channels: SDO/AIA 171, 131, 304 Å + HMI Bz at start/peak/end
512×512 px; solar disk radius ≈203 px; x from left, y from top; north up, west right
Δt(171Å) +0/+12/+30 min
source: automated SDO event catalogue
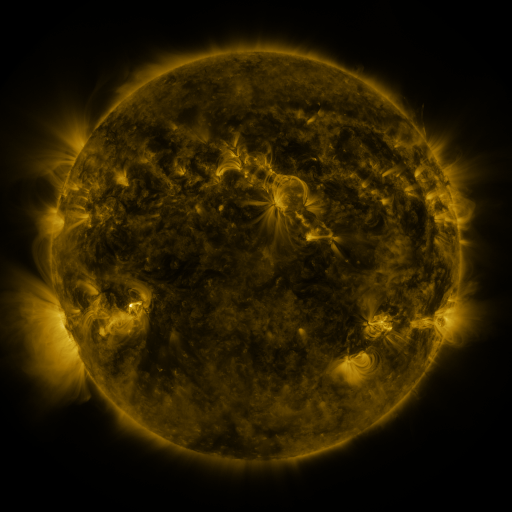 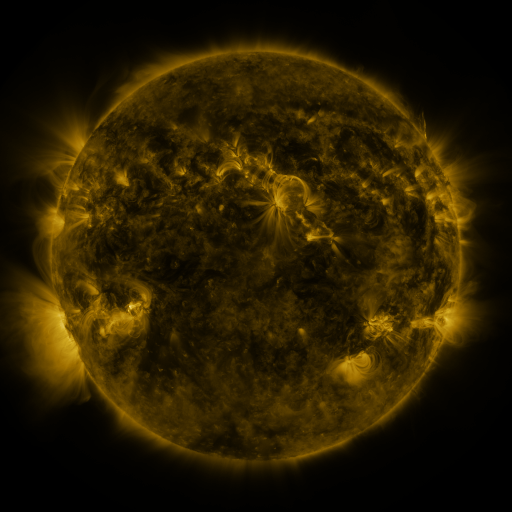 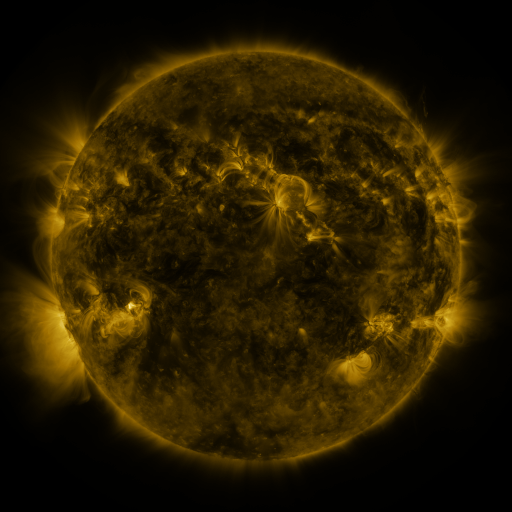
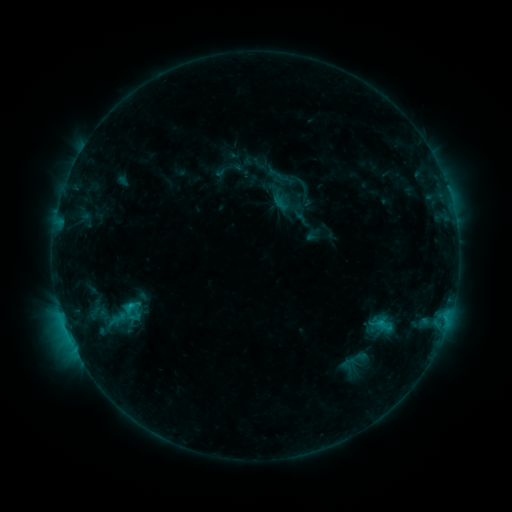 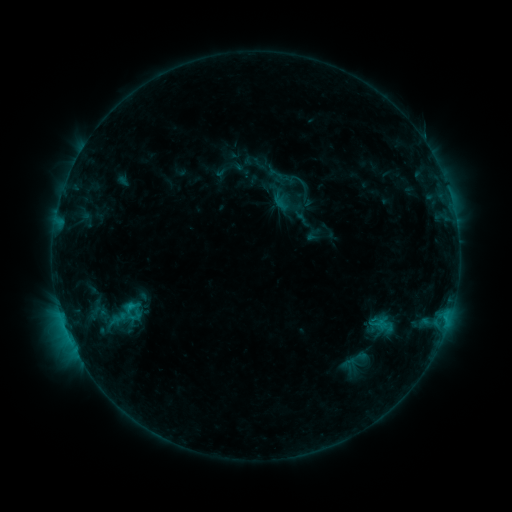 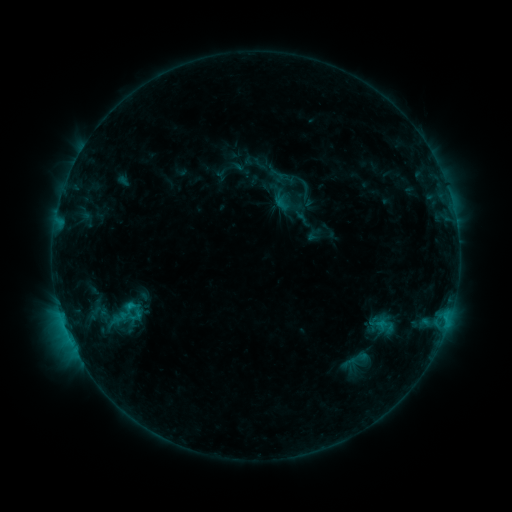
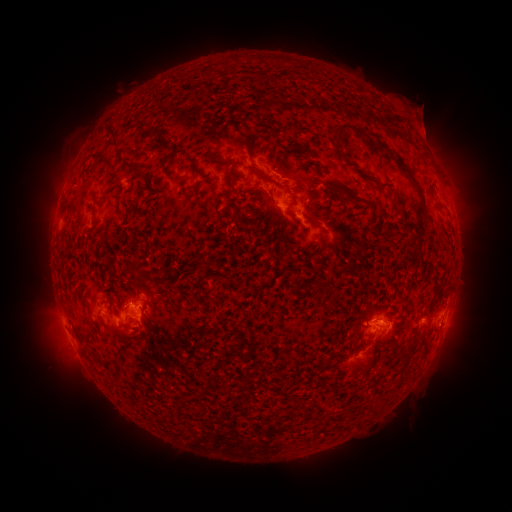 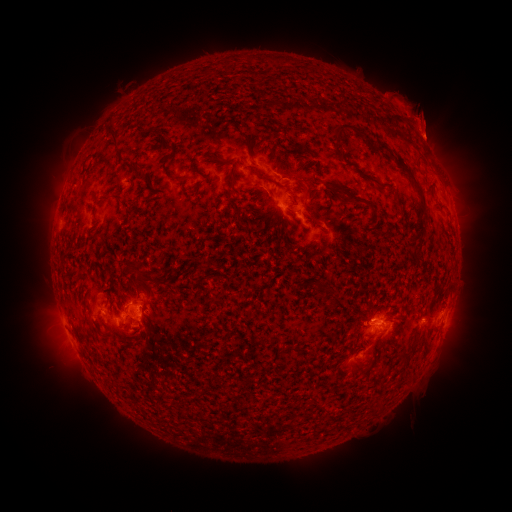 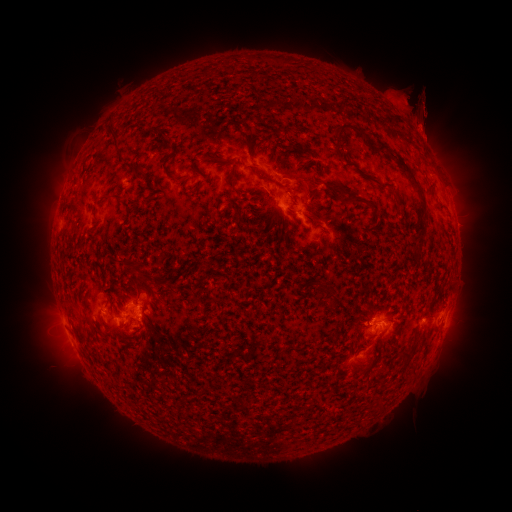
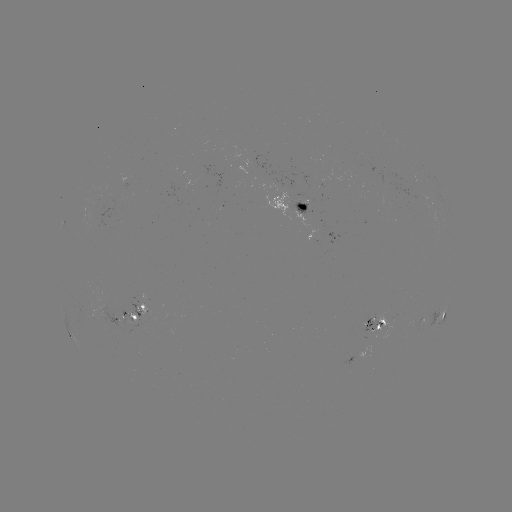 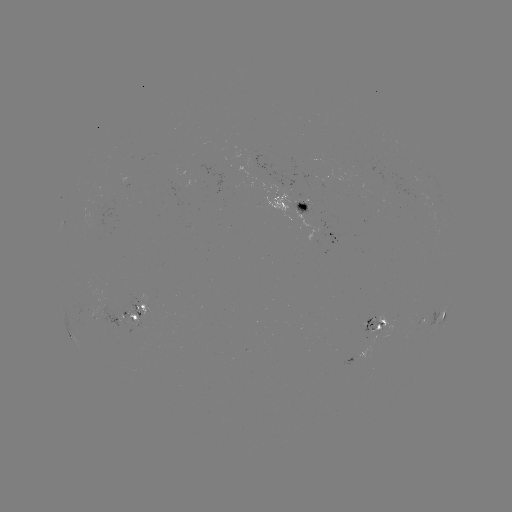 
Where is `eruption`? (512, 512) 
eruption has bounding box [376, 78, 449, 134].